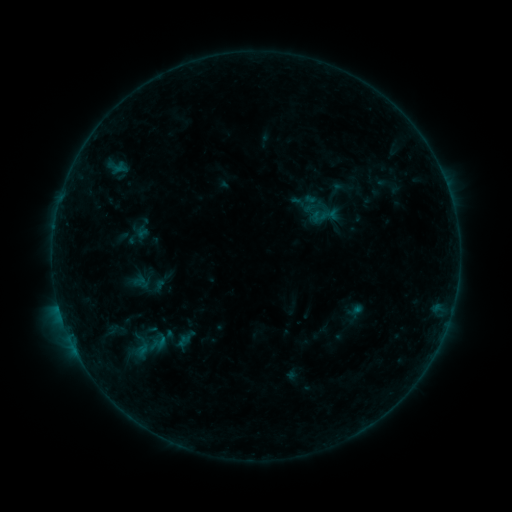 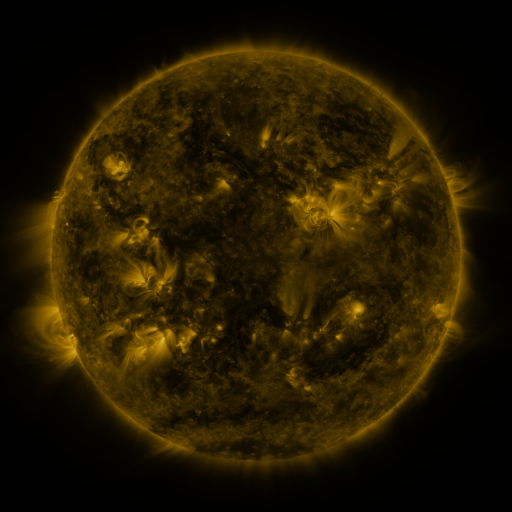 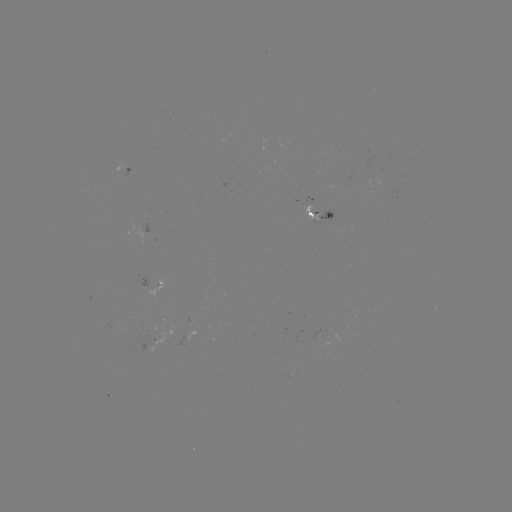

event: sigmoid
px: (139, 346)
